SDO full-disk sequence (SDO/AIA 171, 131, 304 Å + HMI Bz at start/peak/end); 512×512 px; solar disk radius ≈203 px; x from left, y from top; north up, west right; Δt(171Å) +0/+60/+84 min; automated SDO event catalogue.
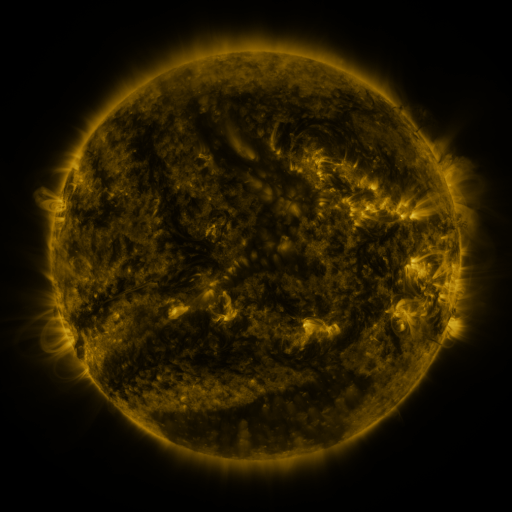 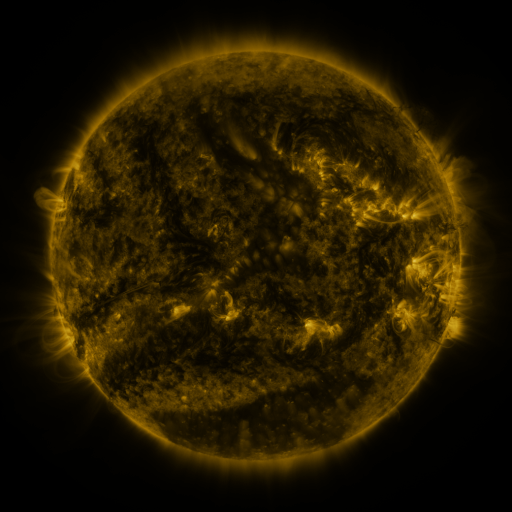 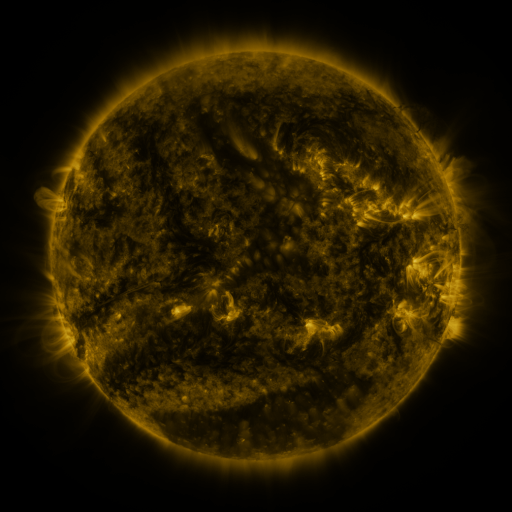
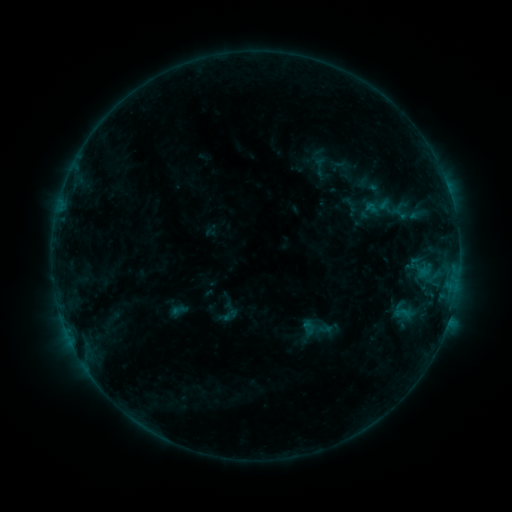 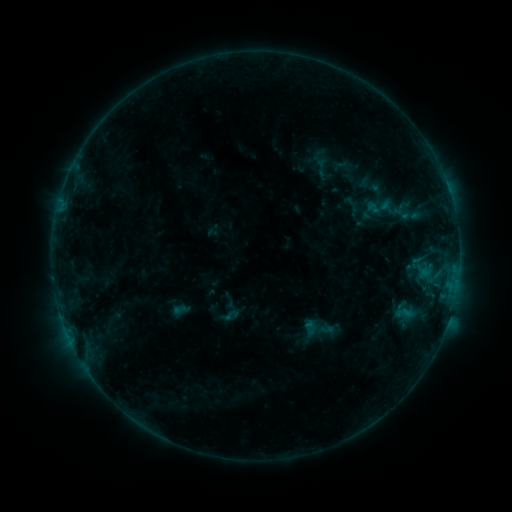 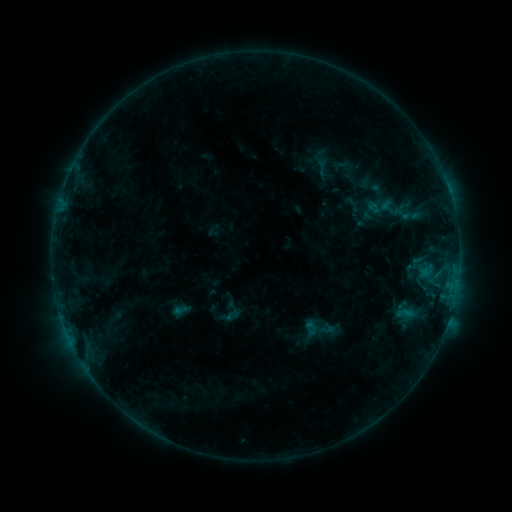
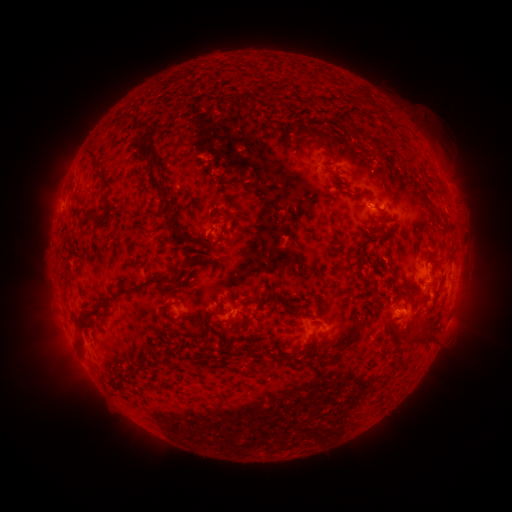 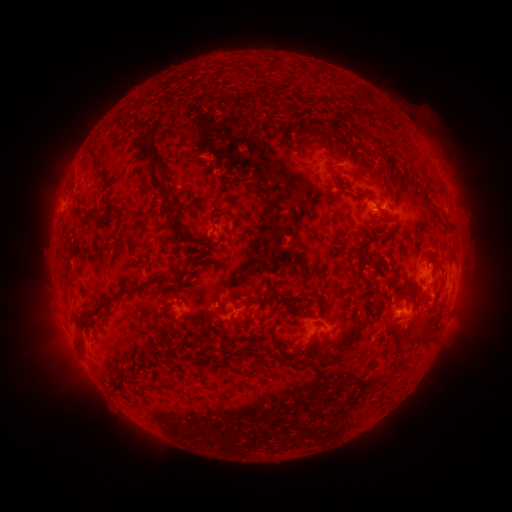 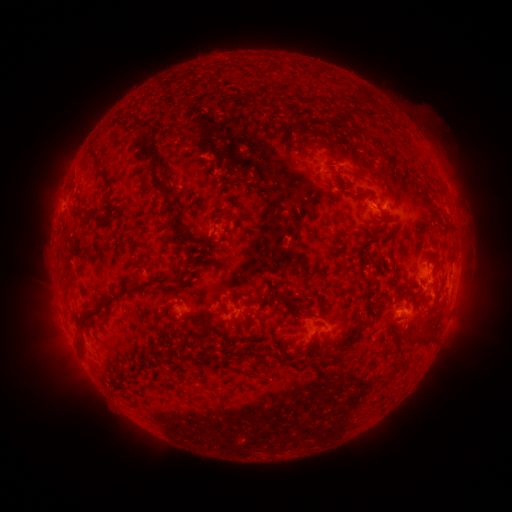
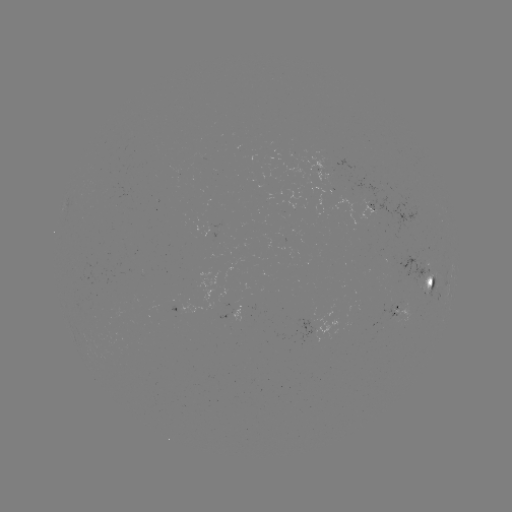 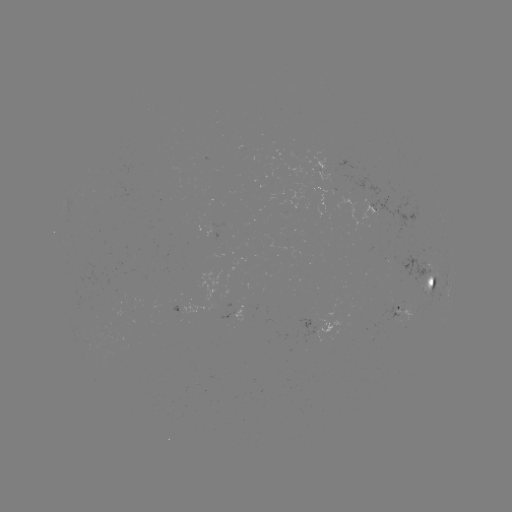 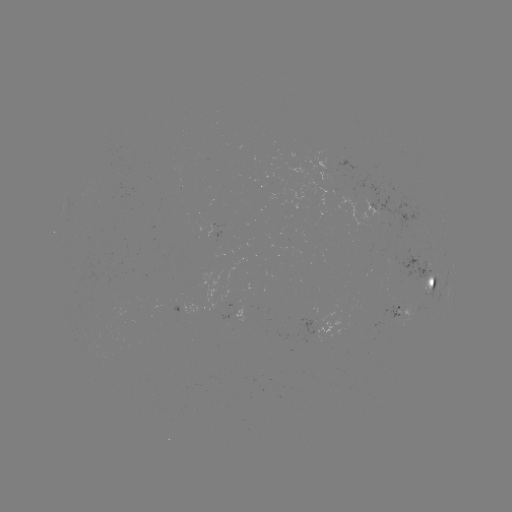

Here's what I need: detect emerging-flux region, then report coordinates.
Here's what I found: emerging-flux region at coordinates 312,319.